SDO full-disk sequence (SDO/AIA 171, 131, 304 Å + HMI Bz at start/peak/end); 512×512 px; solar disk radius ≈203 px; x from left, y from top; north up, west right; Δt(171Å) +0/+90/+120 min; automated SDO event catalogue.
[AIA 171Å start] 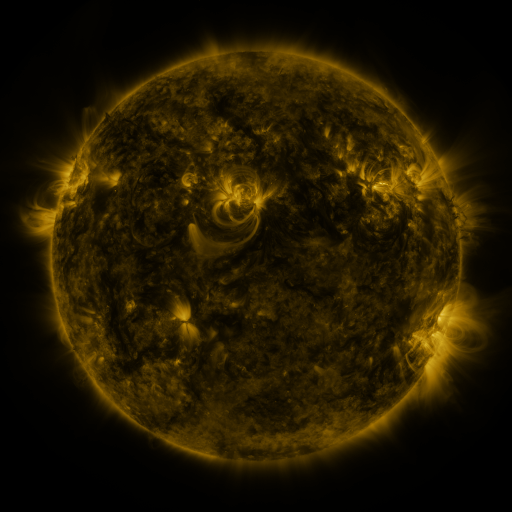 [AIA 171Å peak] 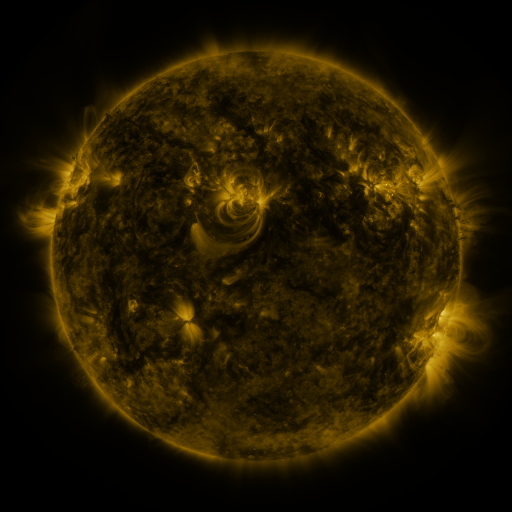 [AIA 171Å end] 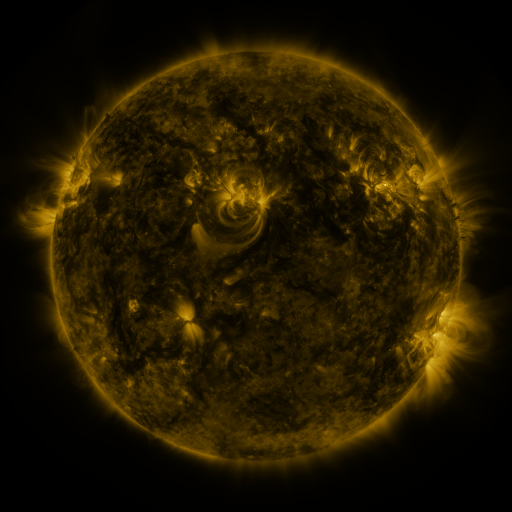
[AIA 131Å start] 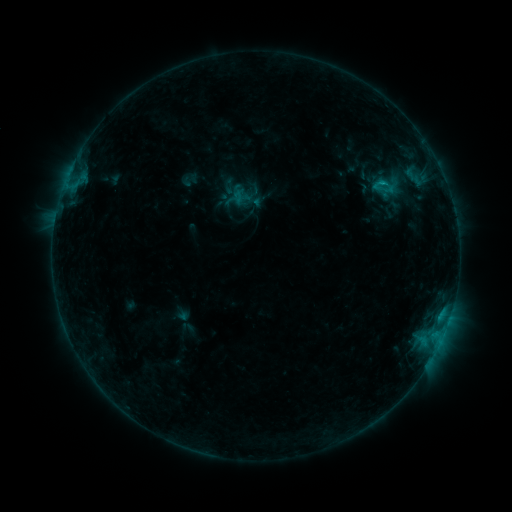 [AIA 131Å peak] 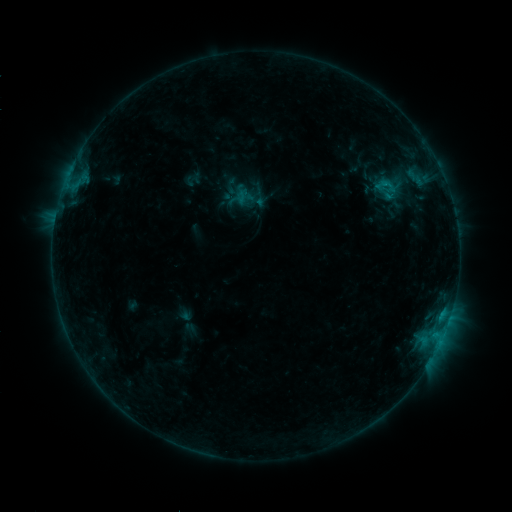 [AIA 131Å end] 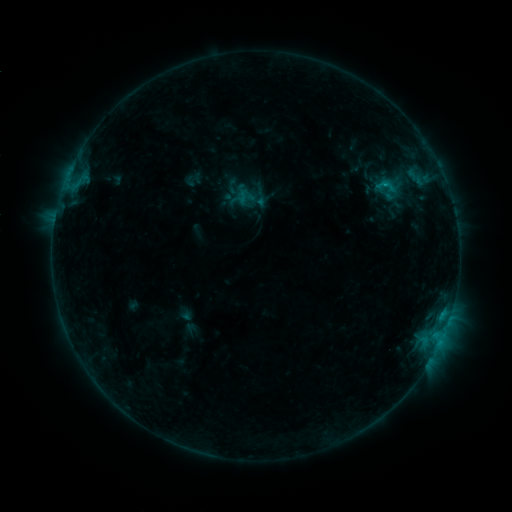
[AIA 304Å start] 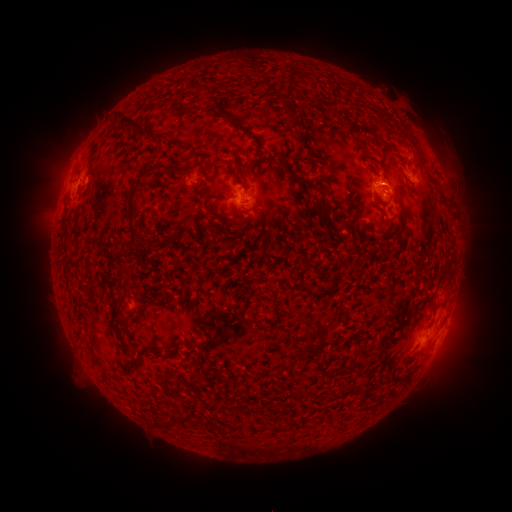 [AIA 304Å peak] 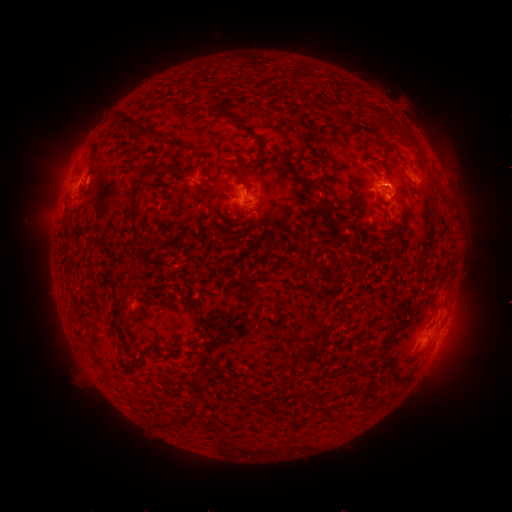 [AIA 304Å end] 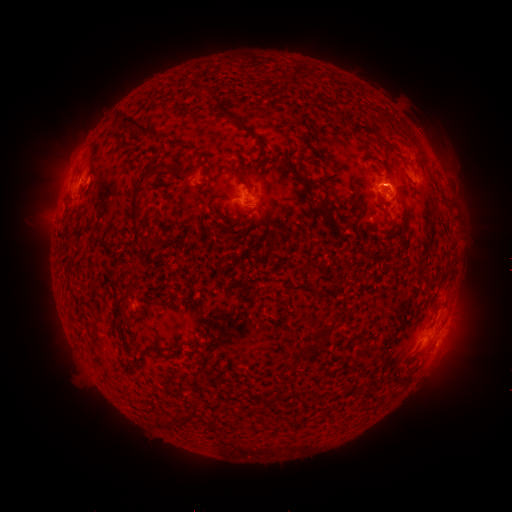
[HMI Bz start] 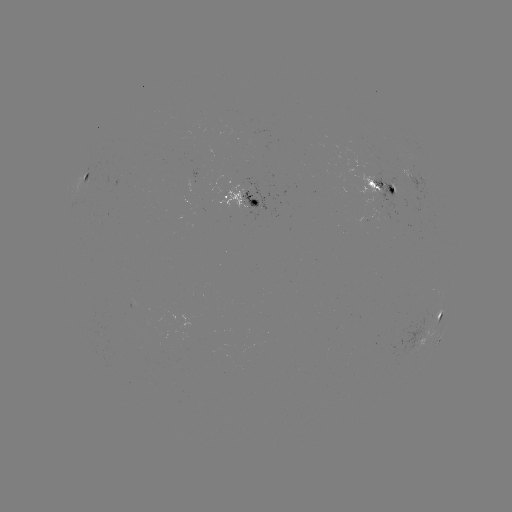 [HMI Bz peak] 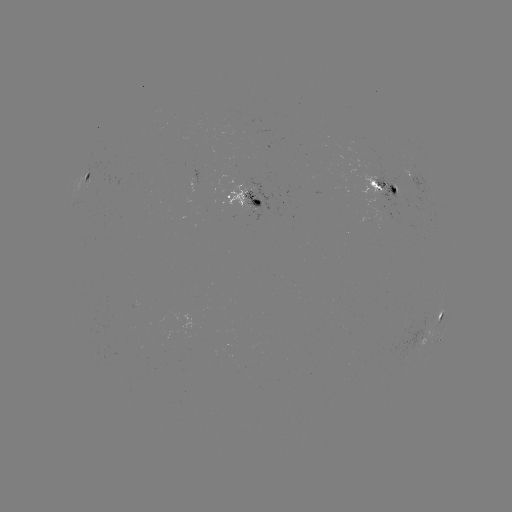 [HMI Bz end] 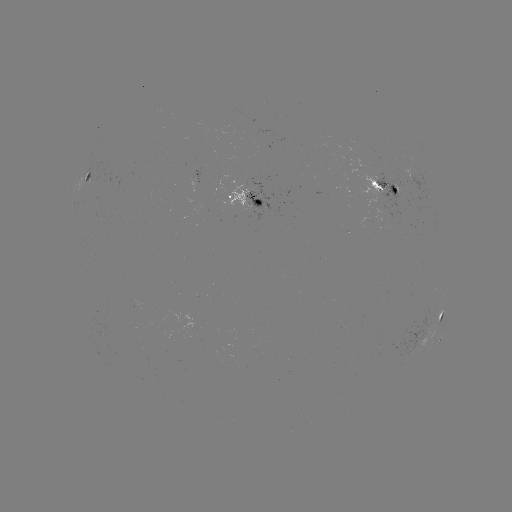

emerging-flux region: [367, 174, 409, 224]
